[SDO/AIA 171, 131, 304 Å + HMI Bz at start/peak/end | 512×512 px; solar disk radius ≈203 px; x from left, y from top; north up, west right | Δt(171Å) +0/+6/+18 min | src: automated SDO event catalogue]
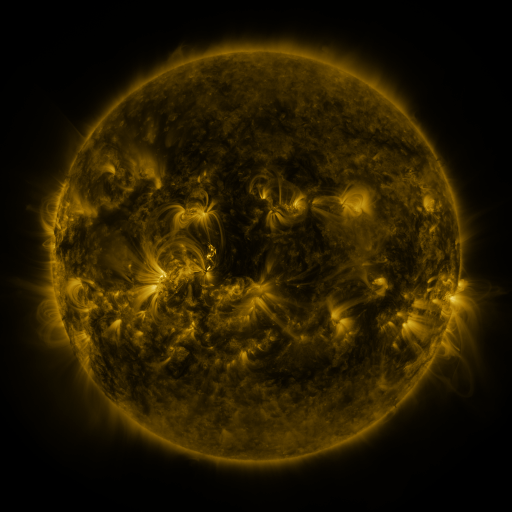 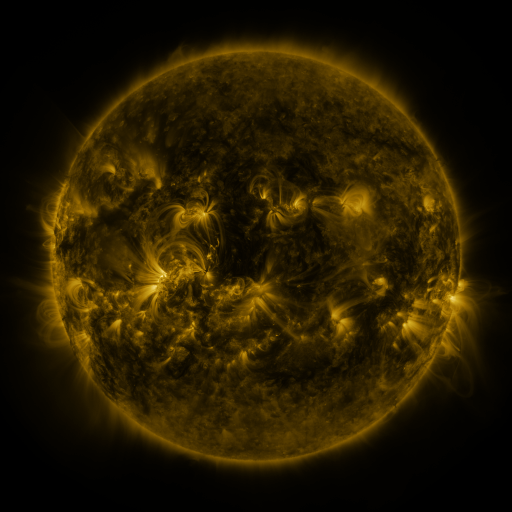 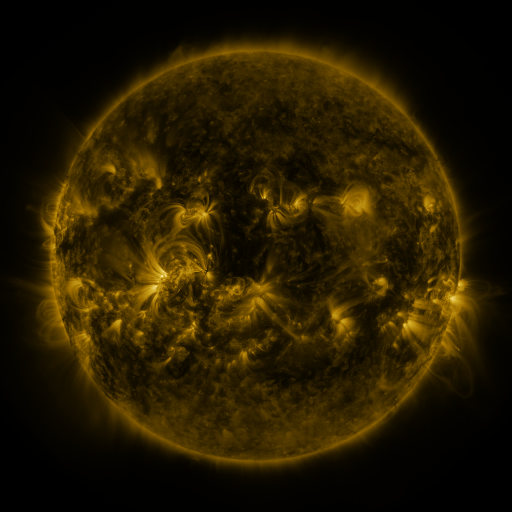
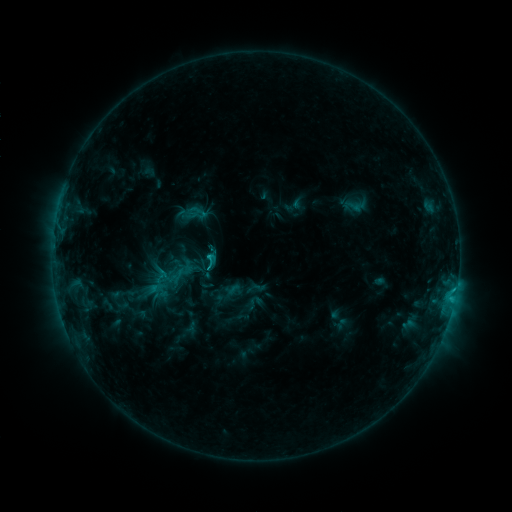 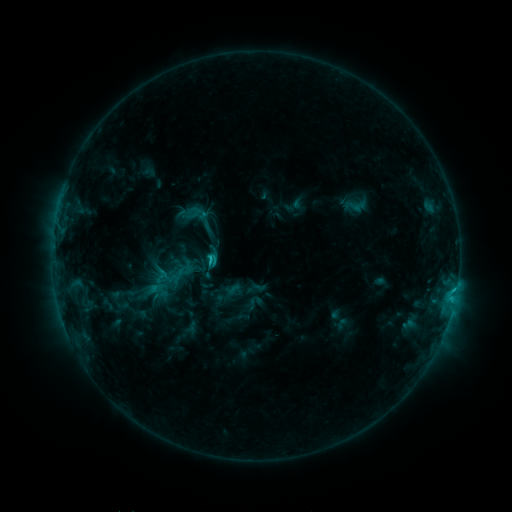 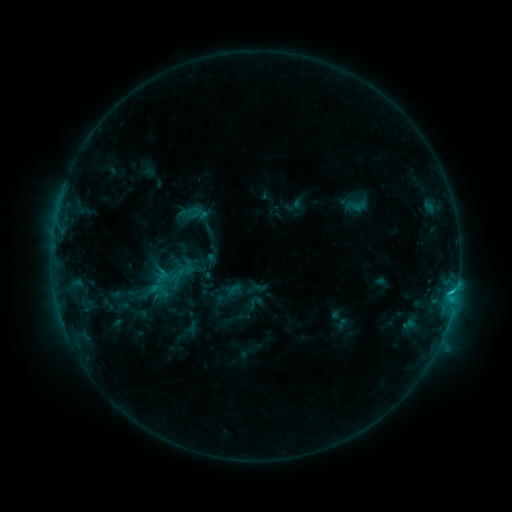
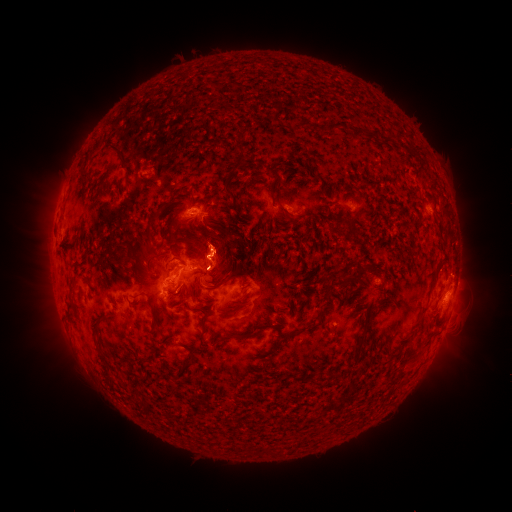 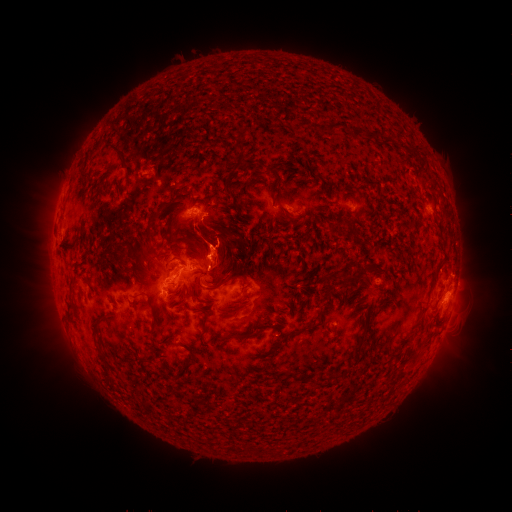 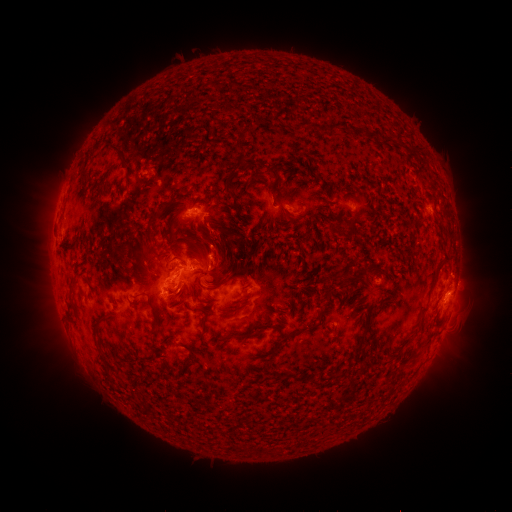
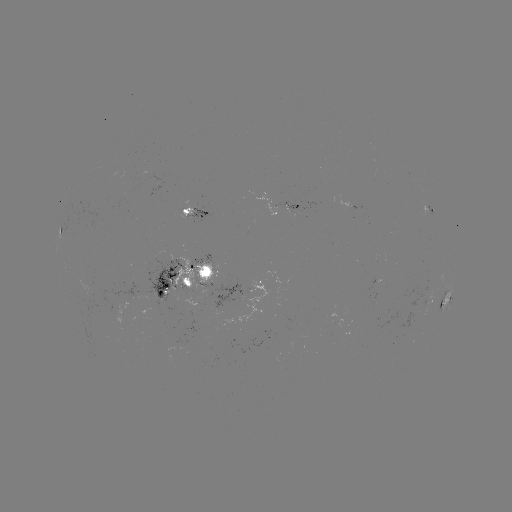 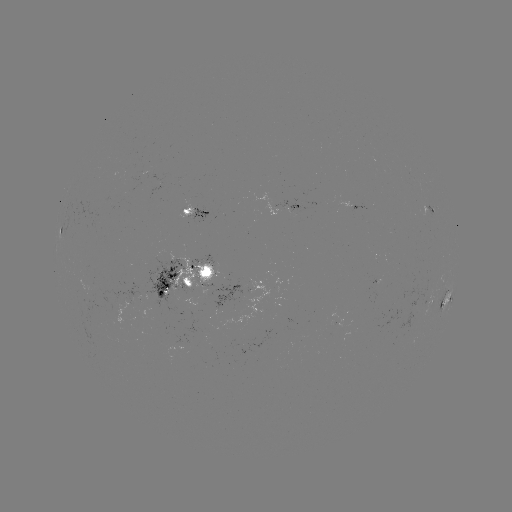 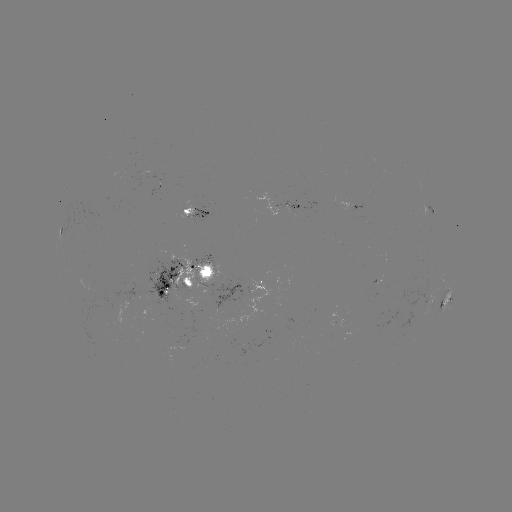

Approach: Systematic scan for eruption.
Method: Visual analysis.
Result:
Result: eruption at (221, 239).